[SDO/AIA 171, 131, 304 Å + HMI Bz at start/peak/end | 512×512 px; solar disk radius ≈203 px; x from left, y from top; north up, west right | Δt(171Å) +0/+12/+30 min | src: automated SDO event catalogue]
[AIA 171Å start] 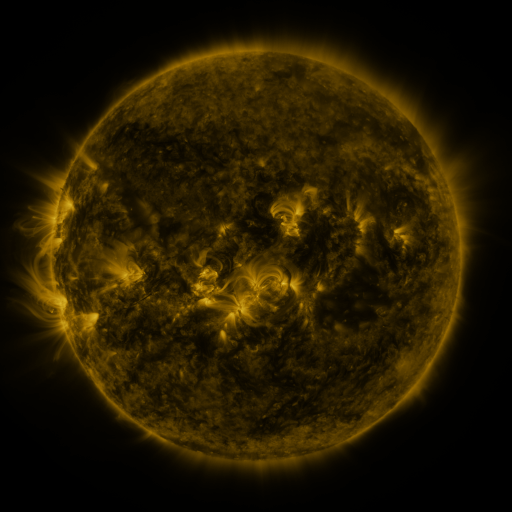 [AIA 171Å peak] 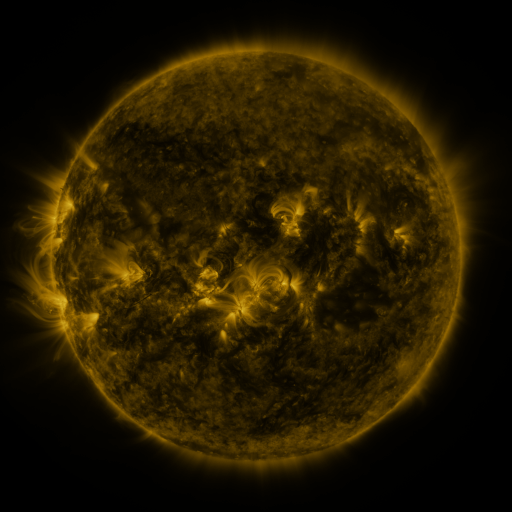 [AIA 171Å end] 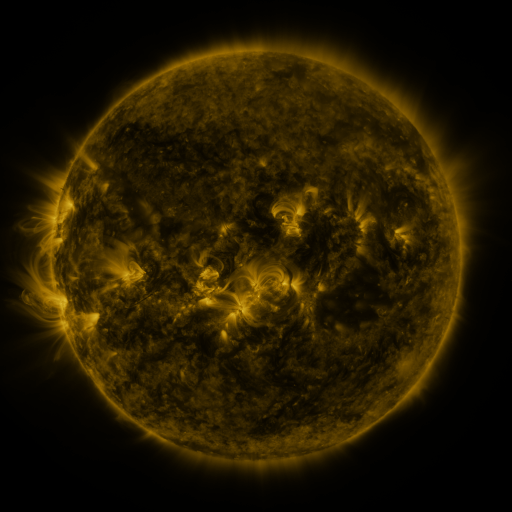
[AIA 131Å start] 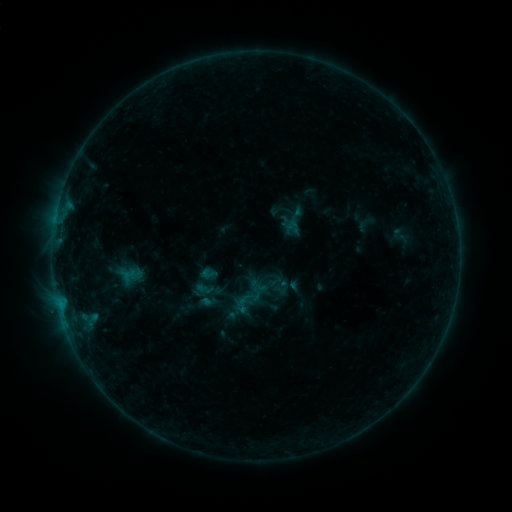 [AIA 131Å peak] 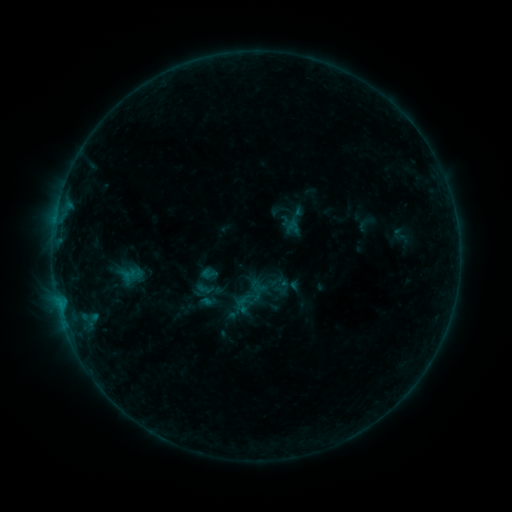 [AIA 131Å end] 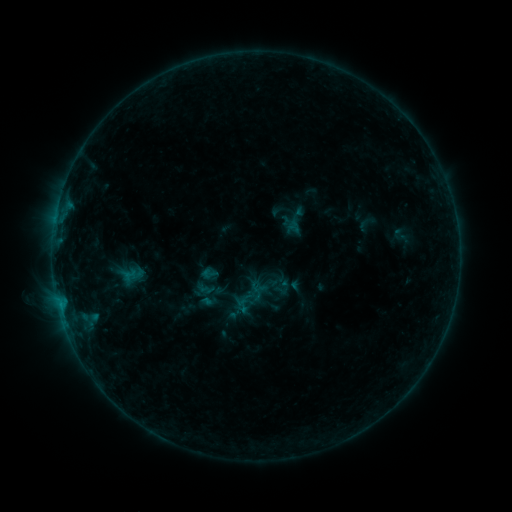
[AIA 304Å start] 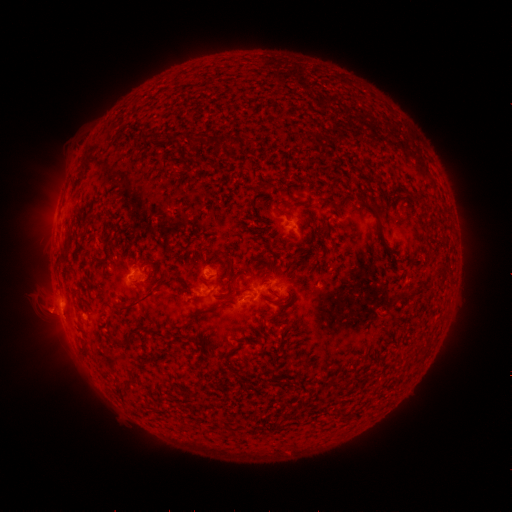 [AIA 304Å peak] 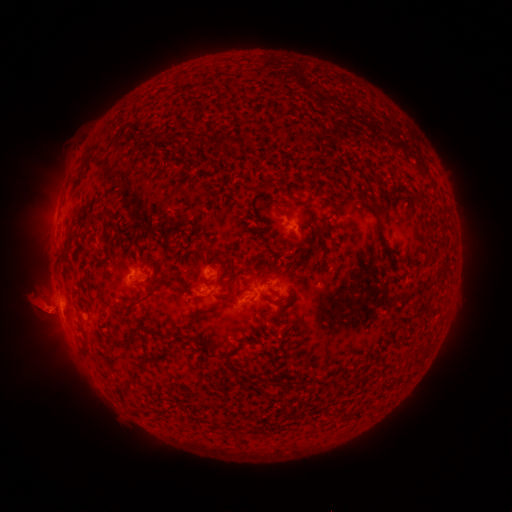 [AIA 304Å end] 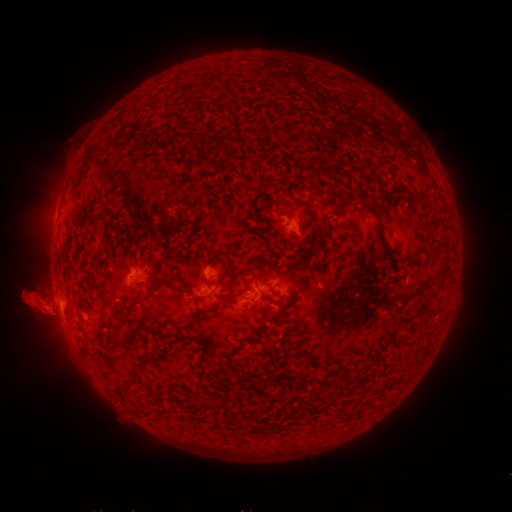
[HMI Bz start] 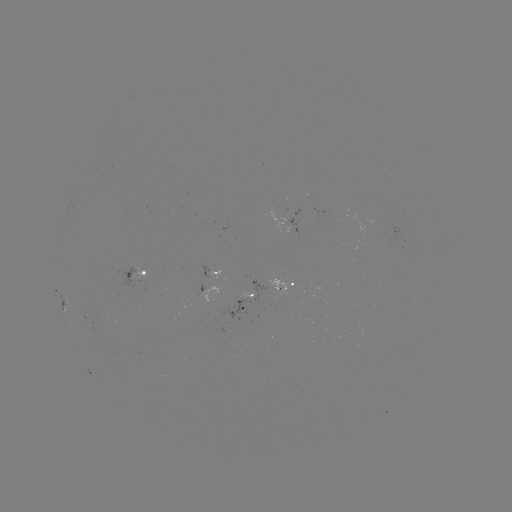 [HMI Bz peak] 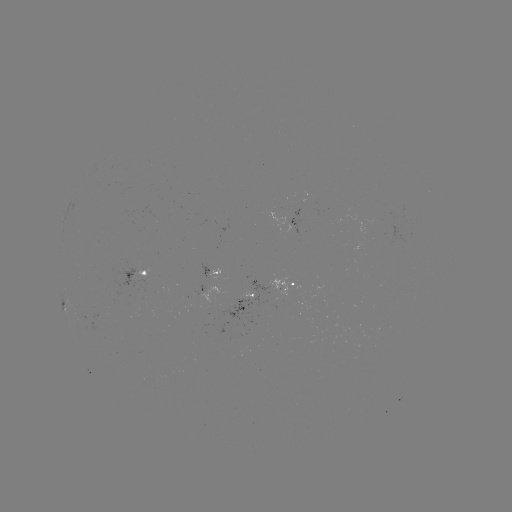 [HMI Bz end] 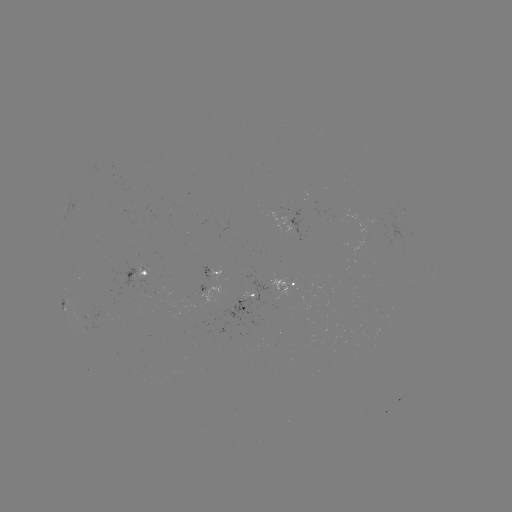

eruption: [11, 281, 69, 337]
